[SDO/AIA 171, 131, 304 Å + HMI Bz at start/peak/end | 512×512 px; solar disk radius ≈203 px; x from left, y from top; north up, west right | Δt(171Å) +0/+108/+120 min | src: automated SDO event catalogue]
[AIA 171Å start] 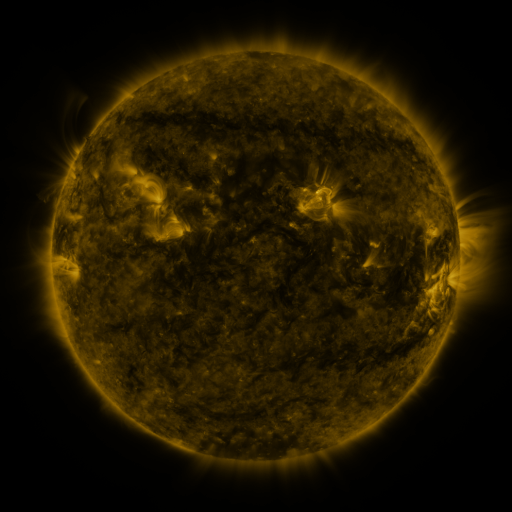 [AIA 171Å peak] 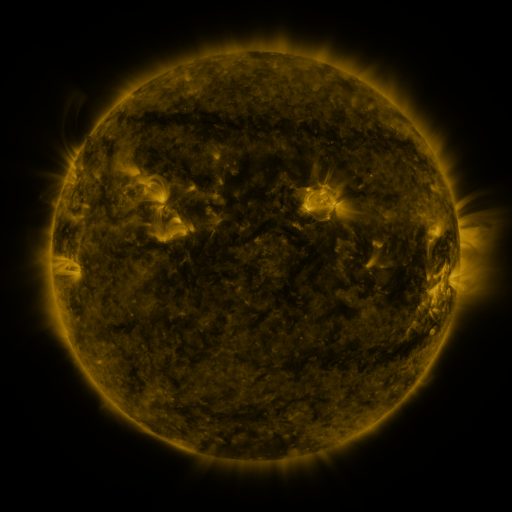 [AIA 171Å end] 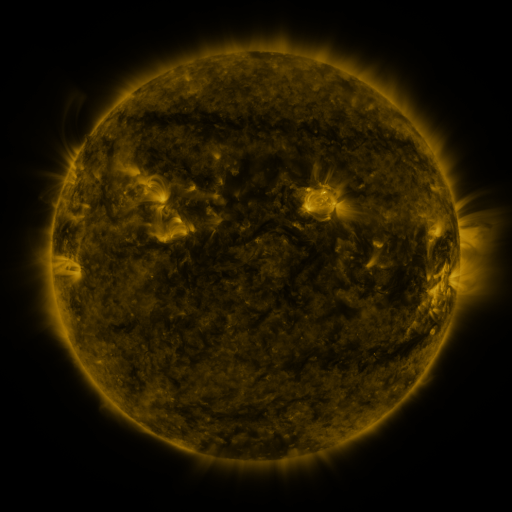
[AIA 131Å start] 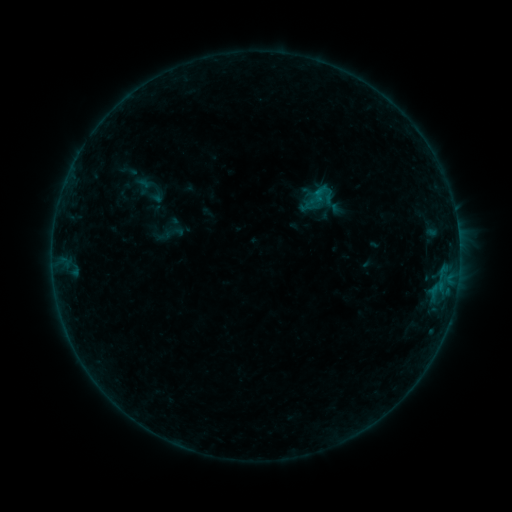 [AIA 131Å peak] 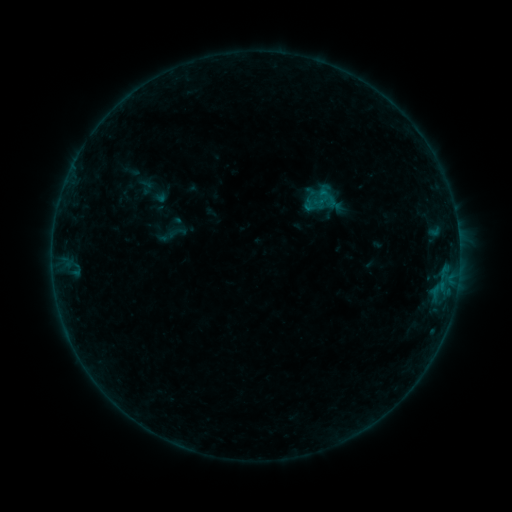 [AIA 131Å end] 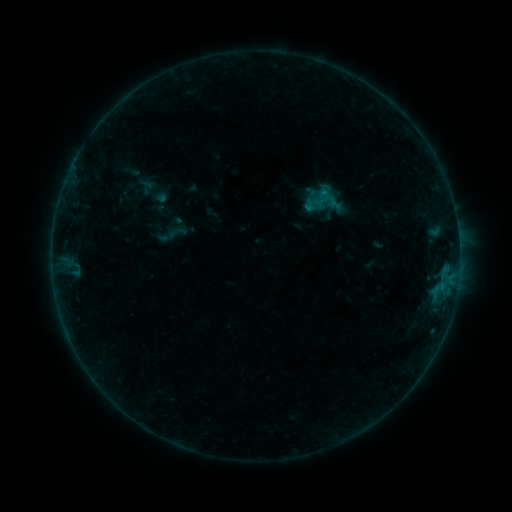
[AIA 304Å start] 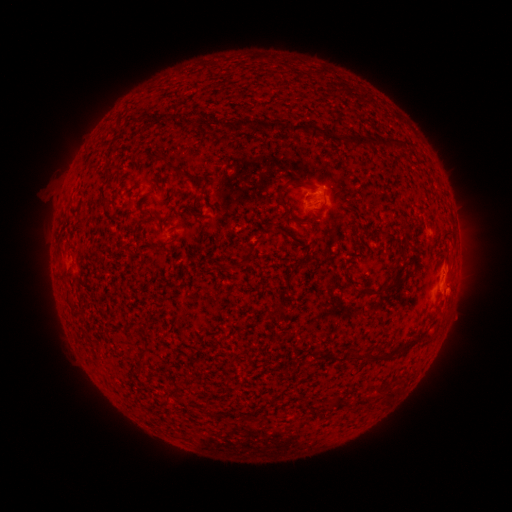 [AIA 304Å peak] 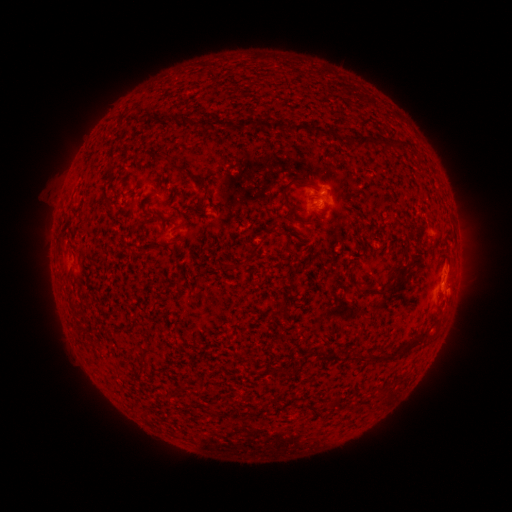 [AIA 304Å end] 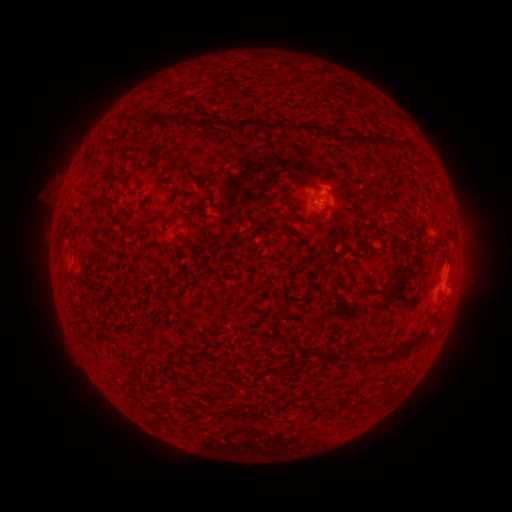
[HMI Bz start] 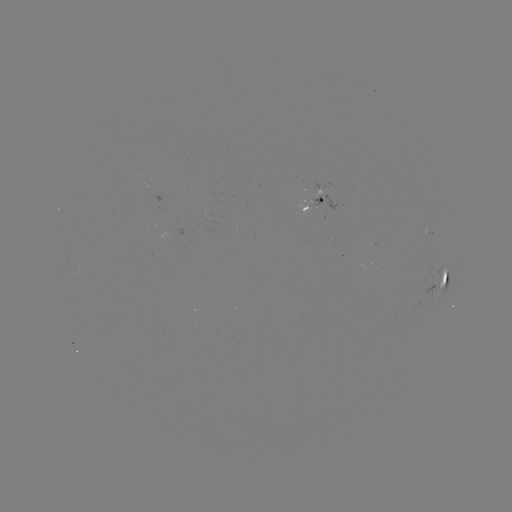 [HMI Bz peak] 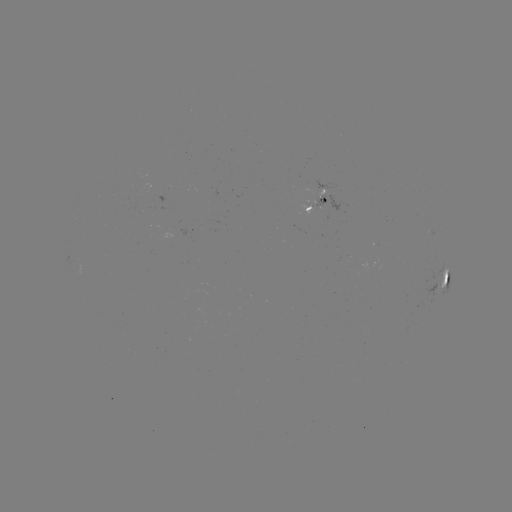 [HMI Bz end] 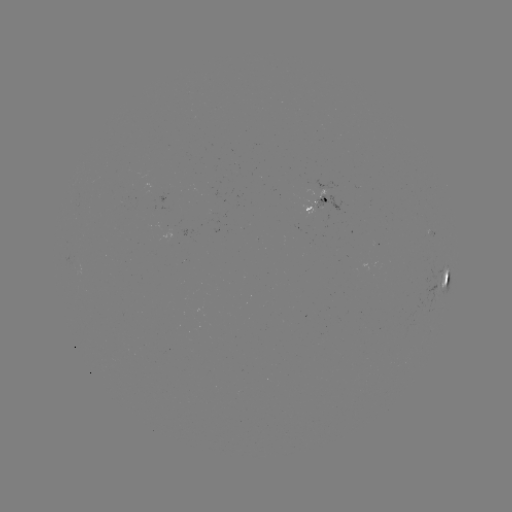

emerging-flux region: (314, 195, 327, 209)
